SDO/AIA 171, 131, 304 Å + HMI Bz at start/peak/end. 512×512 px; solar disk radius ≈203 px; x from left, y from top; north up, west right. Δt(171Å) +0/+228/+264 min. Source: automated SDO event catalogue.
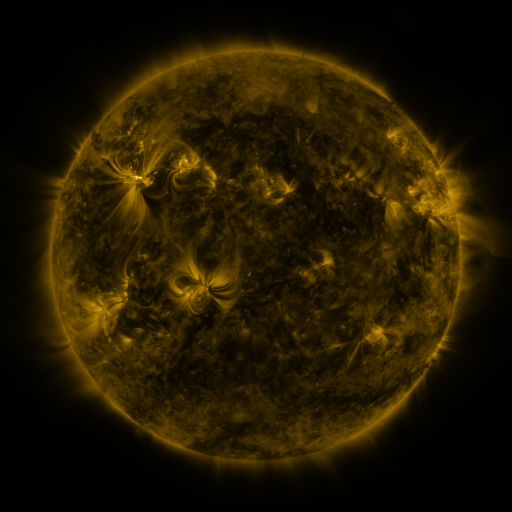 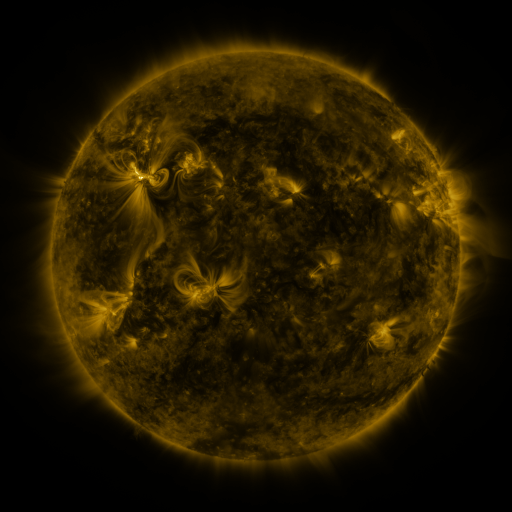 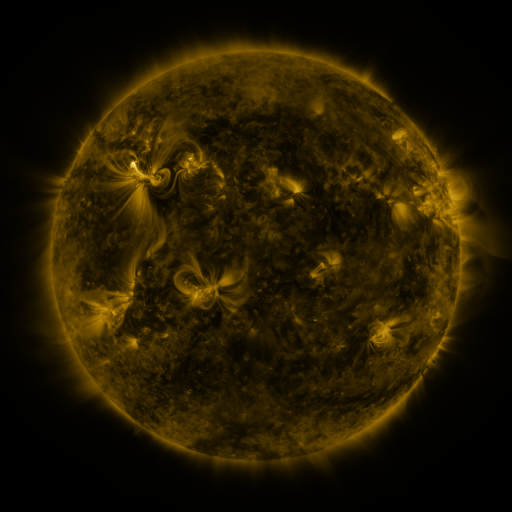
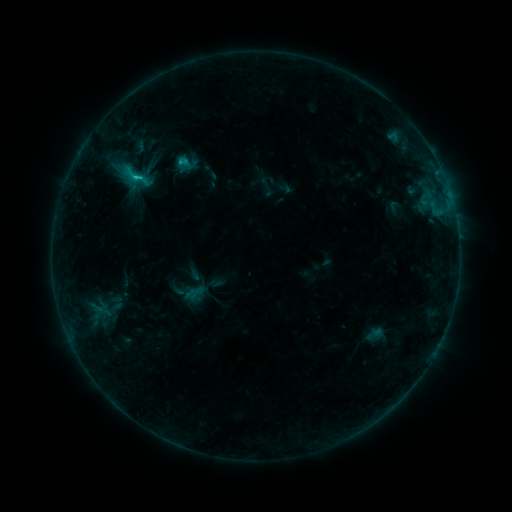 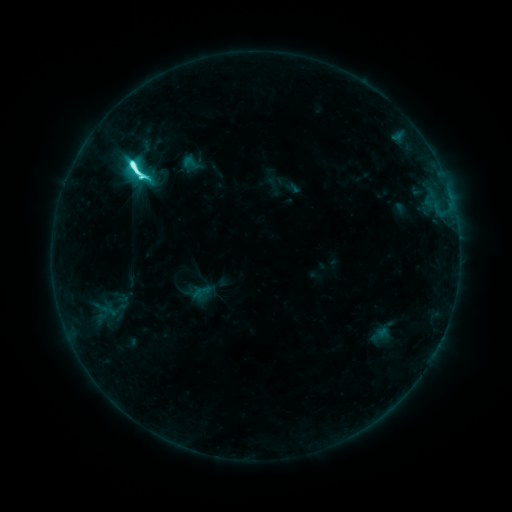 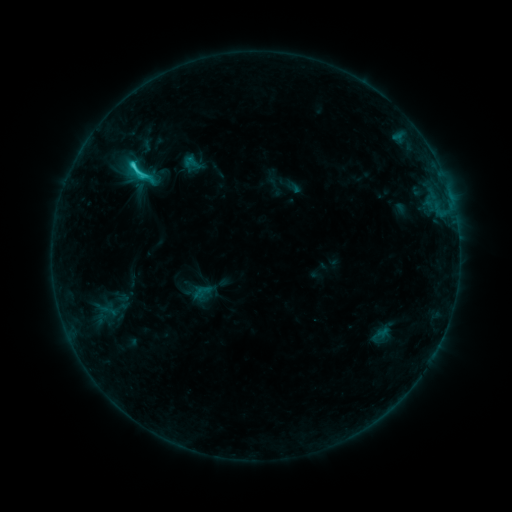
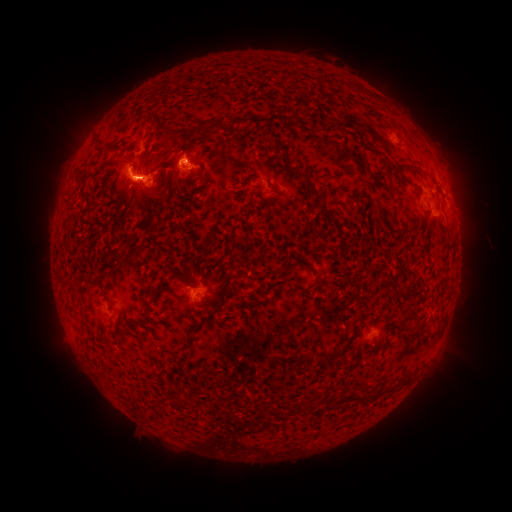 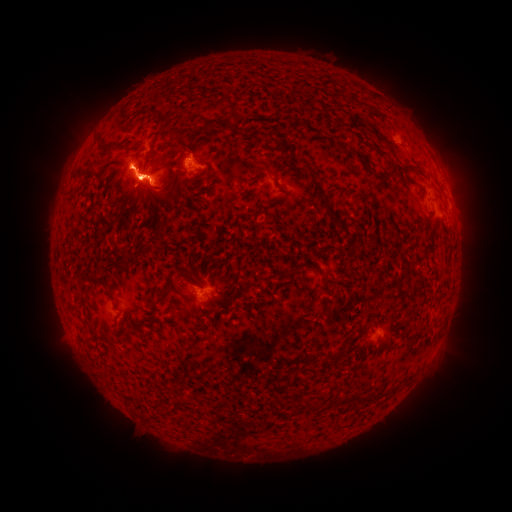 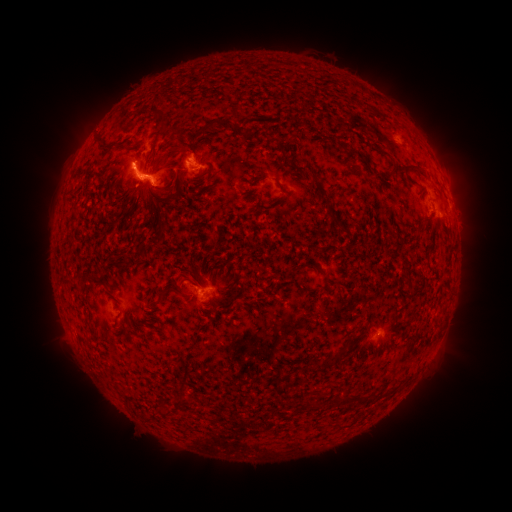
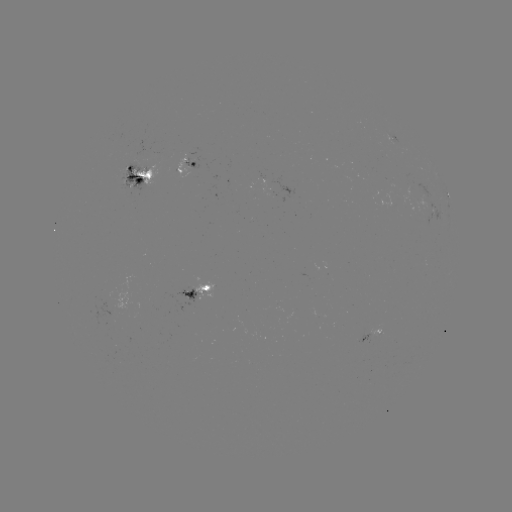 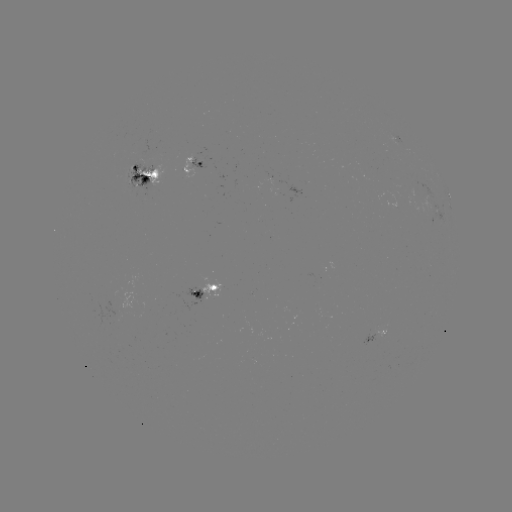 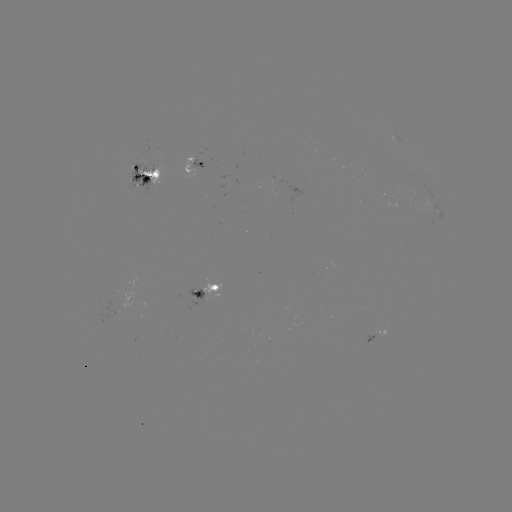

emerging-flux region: [183, 297, 199, 311]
